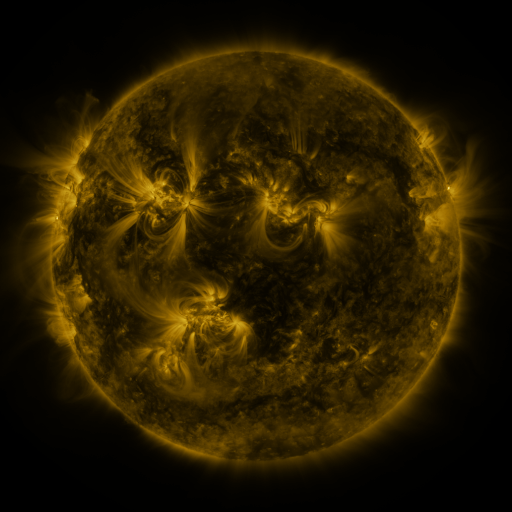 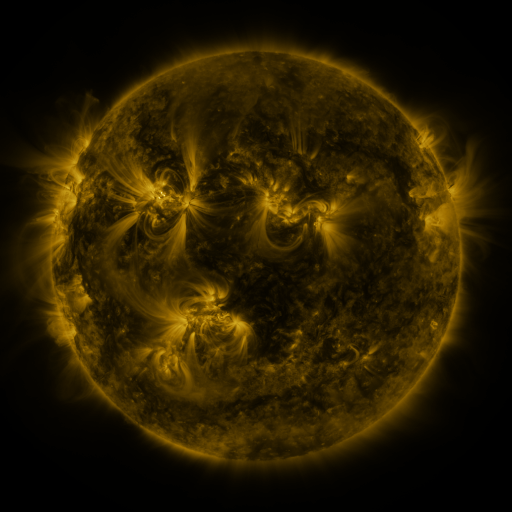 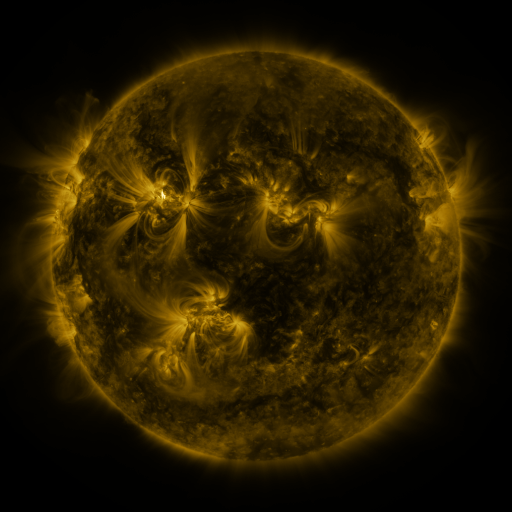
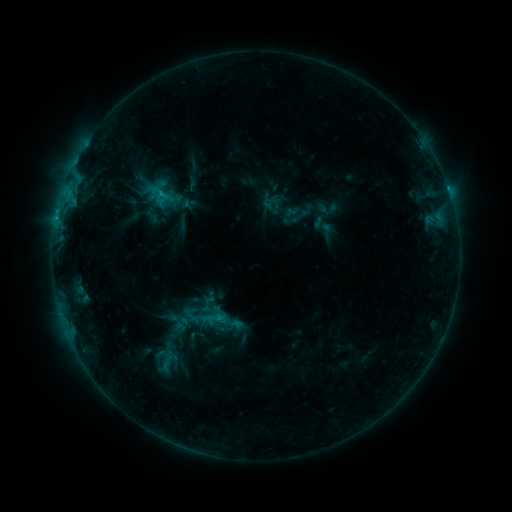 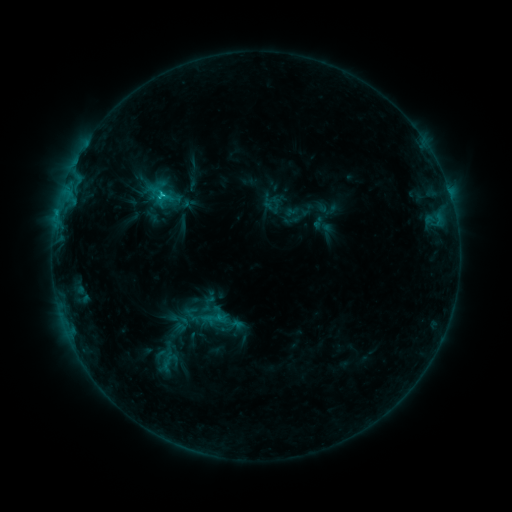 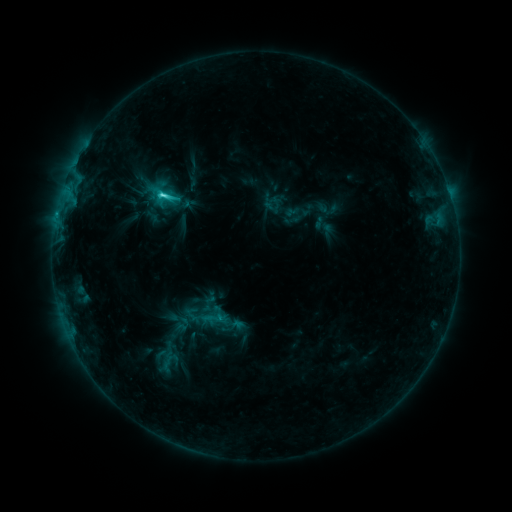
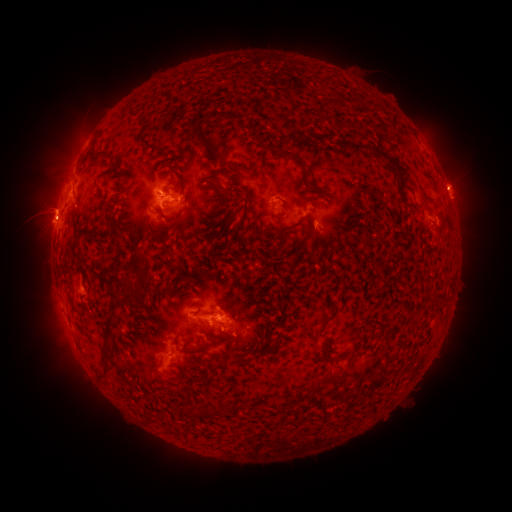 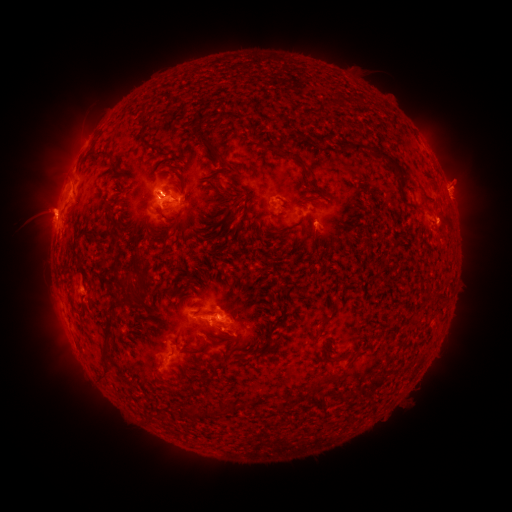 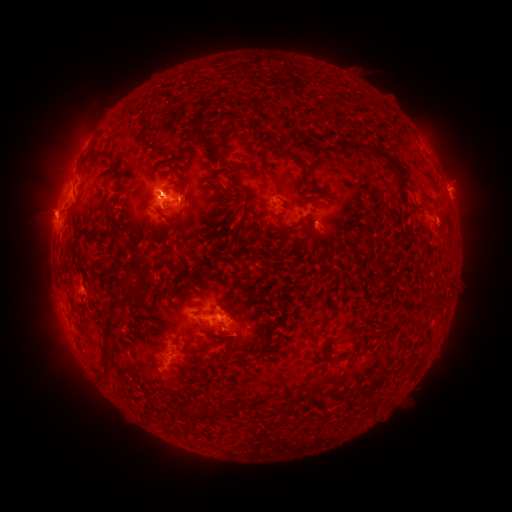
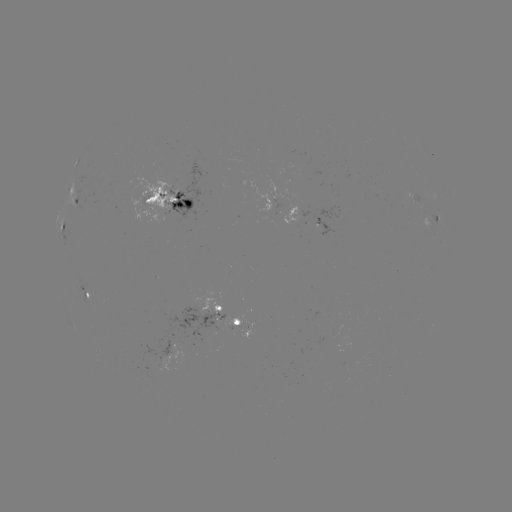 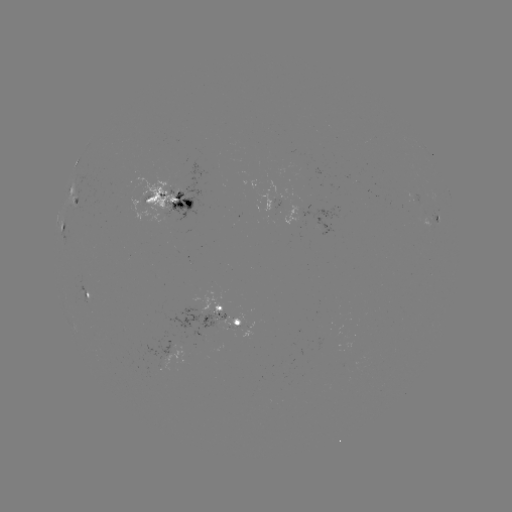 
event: eruption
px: (46, 205)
